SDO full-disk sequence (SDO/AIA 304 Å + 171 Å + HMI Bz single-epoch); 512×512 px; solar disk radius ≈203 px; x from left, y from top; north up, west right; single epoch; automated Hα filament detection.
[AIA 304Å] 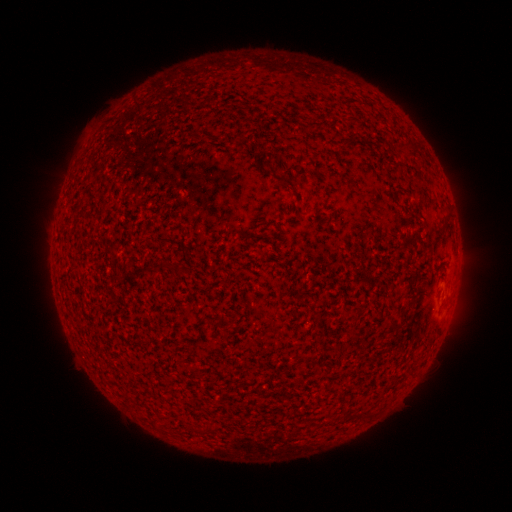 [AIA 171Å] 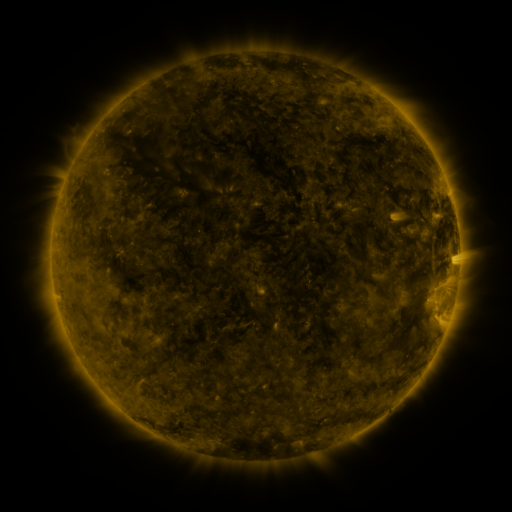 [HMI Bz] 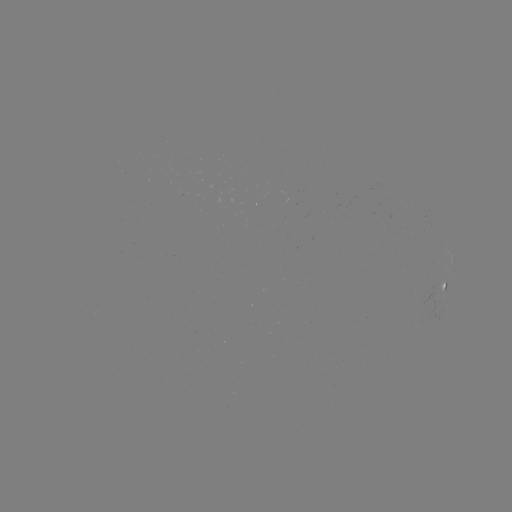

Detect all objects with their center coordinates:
filament: (347, 139)
filament: (445, 218)
filament: (165, 265)
filament: (398, 324)
filament: (198, 431)
